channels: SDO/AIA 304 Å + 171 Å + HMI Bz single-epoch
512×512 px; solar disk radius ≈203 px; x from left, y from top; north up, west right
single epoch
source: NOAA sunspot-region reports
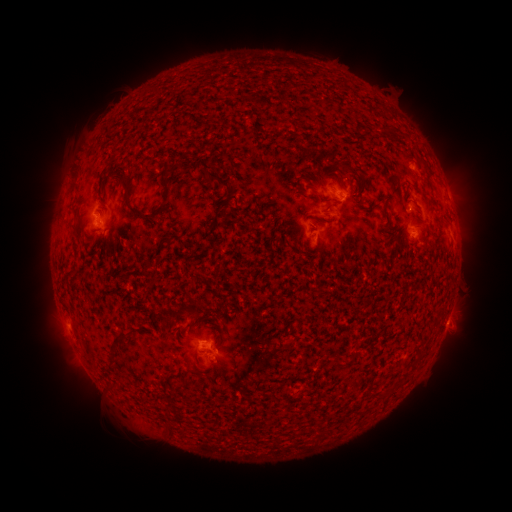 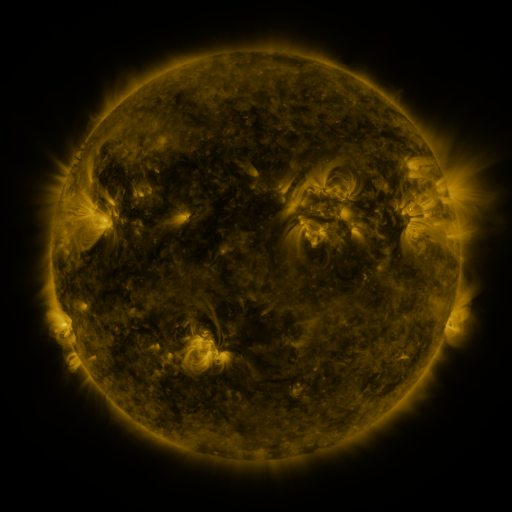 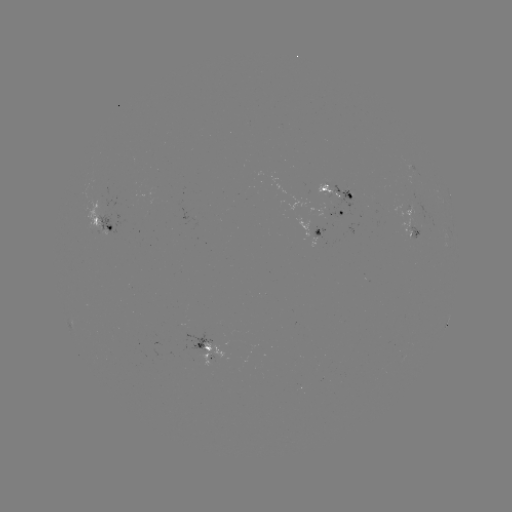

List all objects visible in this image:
spotted active region: (337, 191)
spotted active region: (344, 215)
spotted active region: (415, 228)
spotted active region: (105, 230)
spotted active region: (320, 234)
spotted active region: (447, 321)
spotted active region: (216, 351)
